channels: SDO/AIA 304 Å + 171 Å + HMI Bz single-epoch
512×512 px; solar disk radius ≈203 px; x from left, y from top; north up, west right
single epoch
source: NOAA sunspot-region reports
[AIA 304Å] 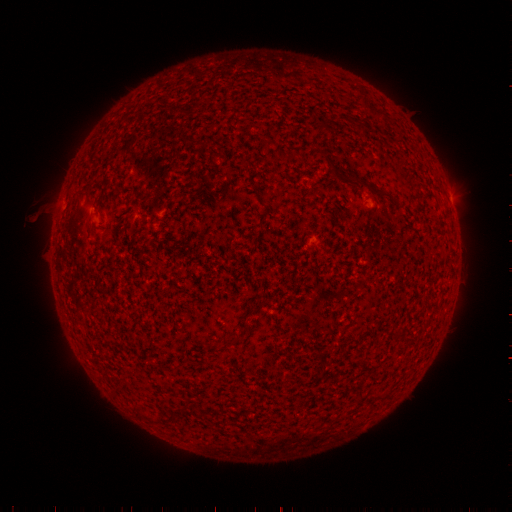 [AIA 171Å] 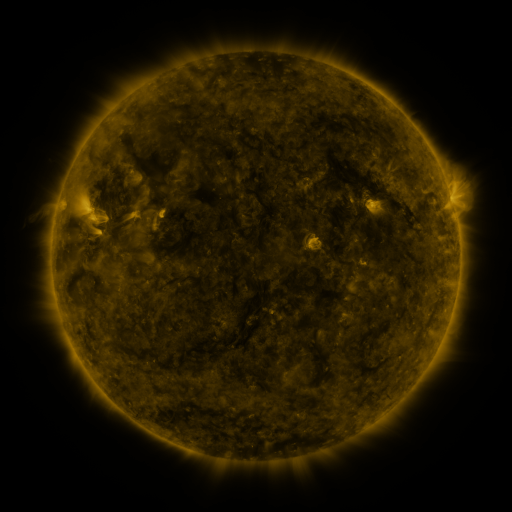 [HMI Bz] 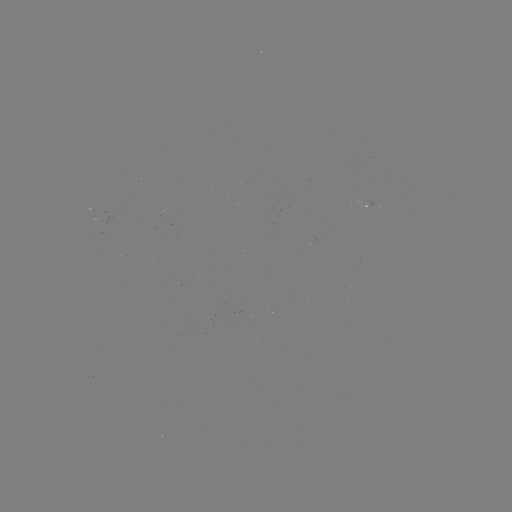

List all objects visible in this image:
spotted active region: (450, 199)
spotted active region: (369, 207)
